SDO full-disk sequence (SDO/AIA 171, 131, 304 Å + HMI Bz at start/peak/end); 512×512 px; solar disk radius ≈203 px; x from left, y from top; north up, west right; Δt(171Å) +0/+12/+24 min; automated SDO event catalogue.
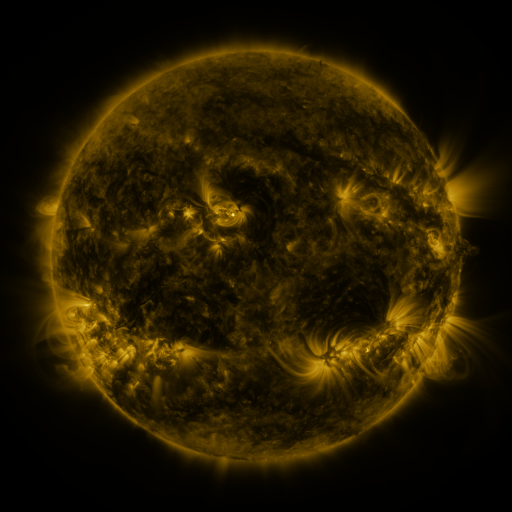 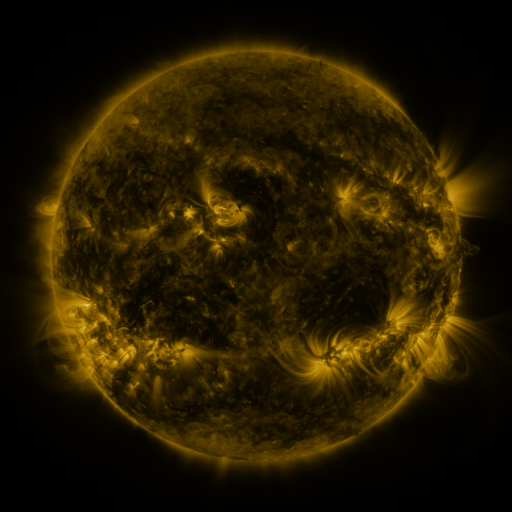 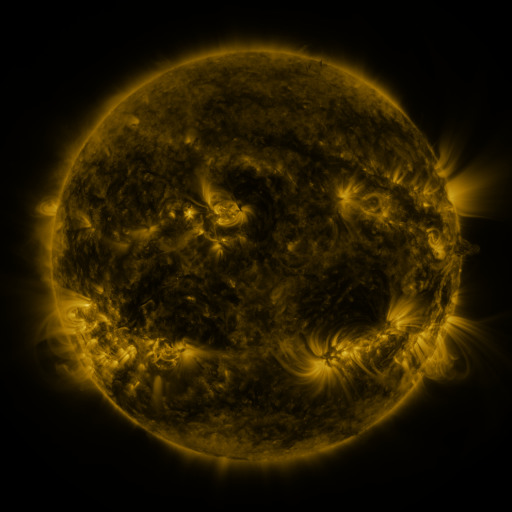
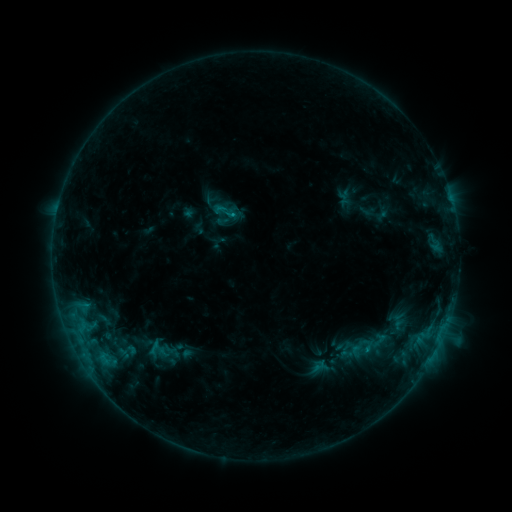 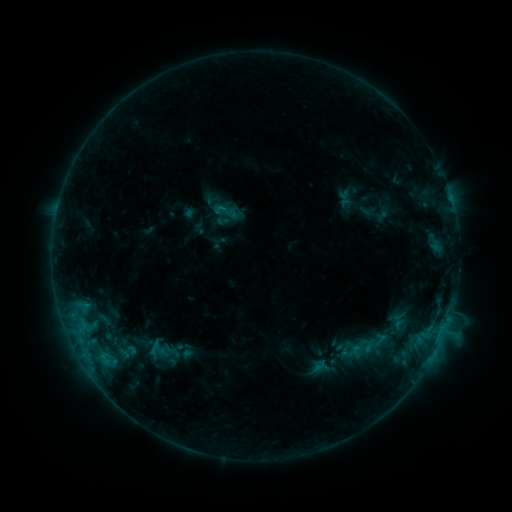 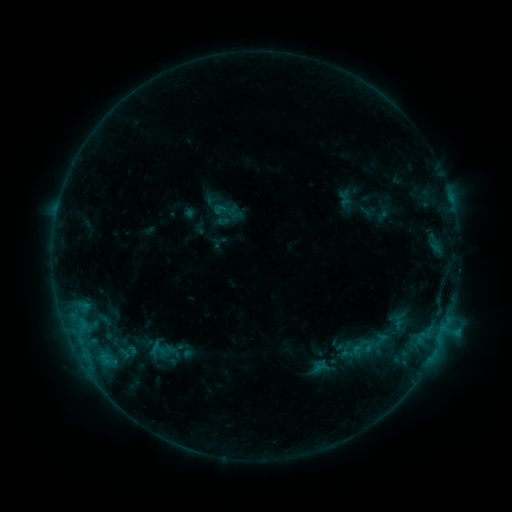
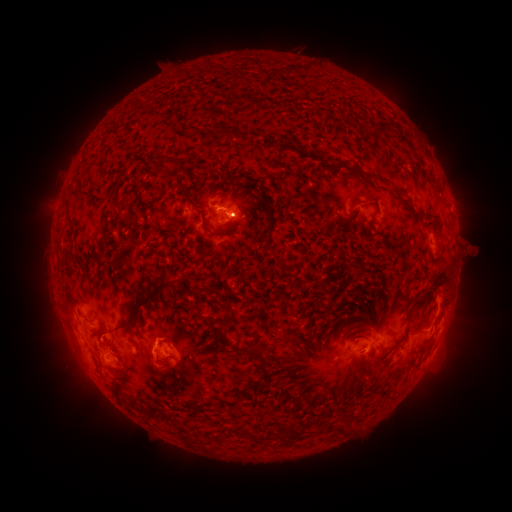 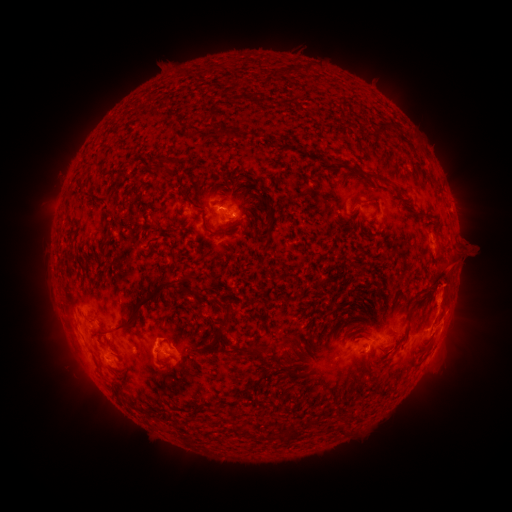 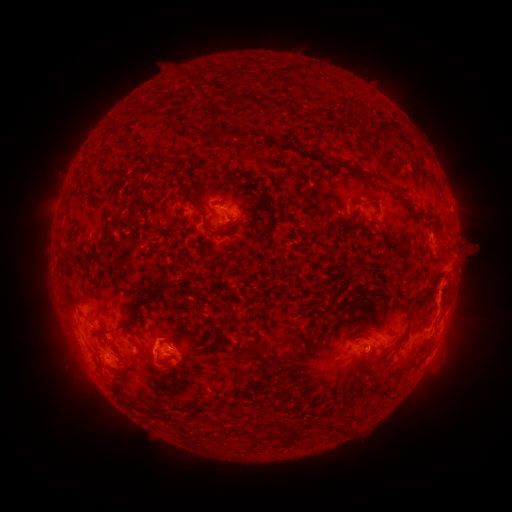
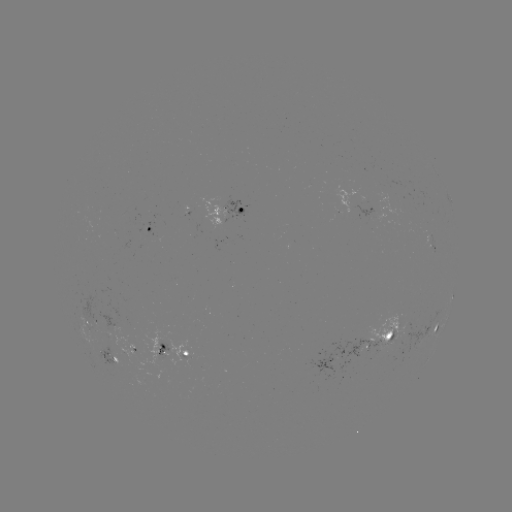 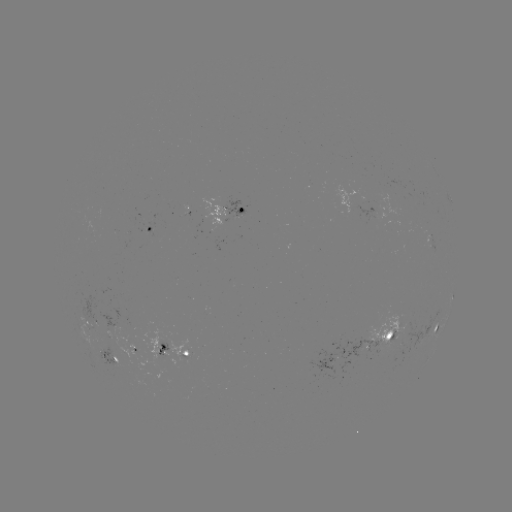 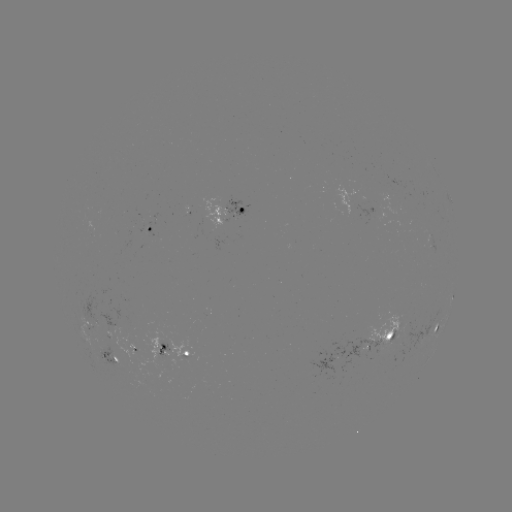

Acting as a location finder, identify eruption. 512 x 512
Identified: (450, 281).